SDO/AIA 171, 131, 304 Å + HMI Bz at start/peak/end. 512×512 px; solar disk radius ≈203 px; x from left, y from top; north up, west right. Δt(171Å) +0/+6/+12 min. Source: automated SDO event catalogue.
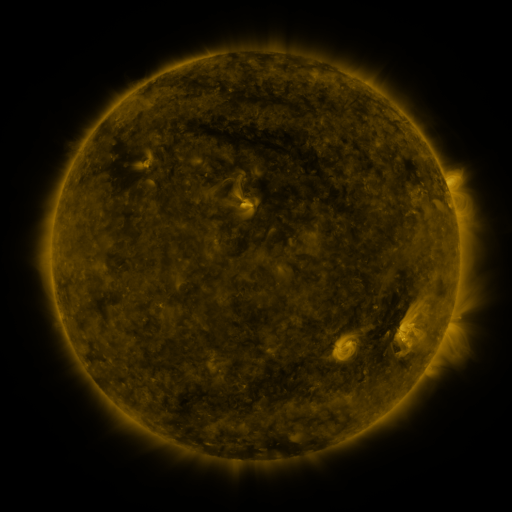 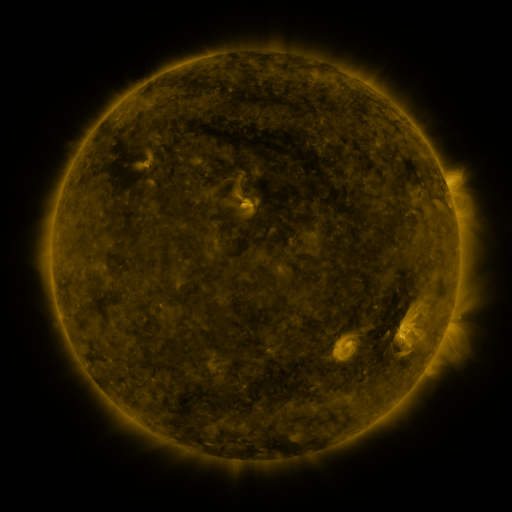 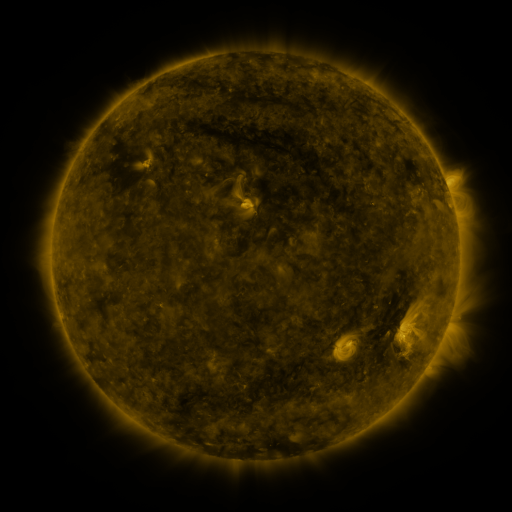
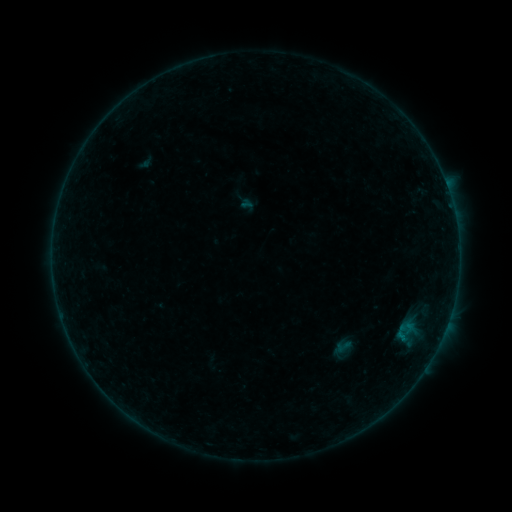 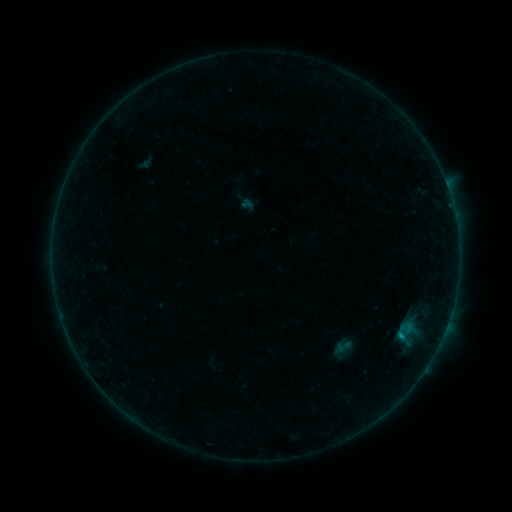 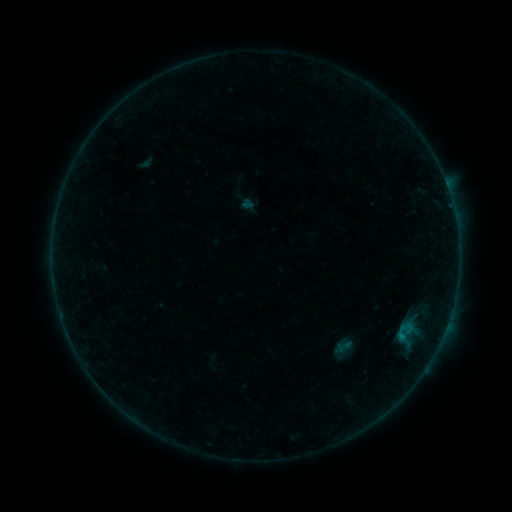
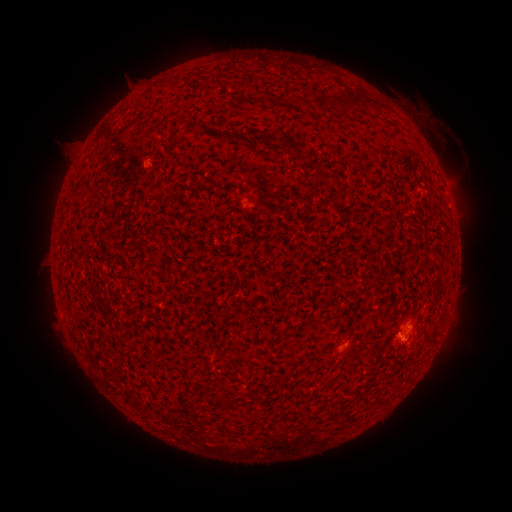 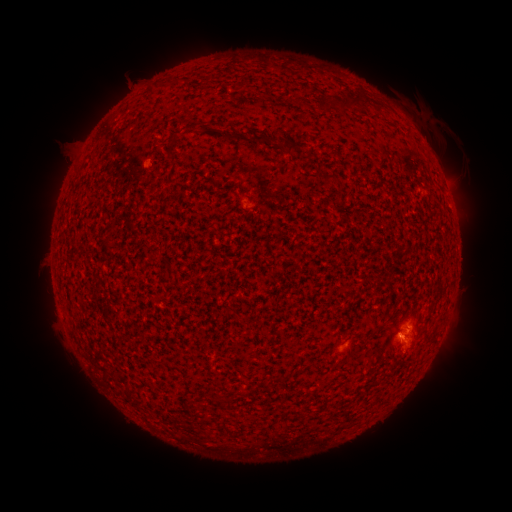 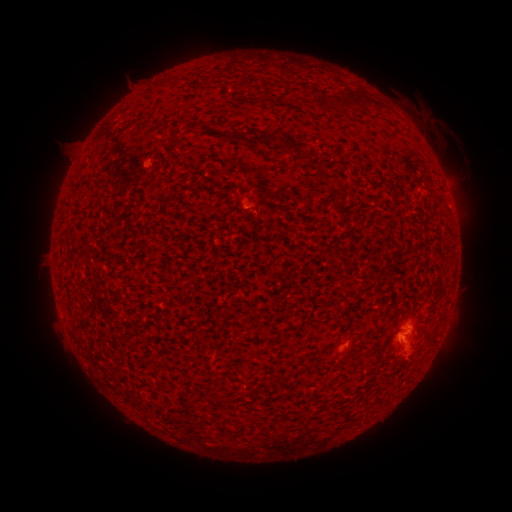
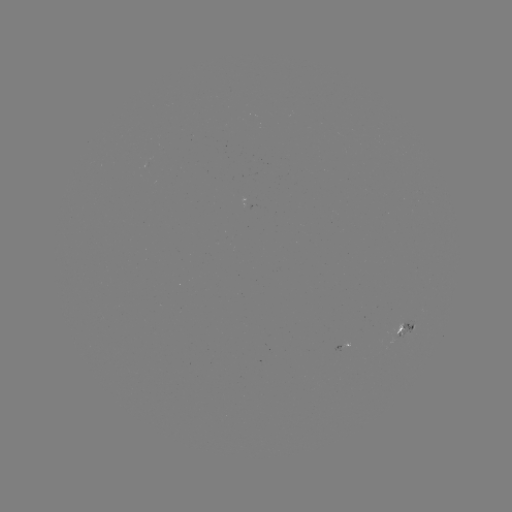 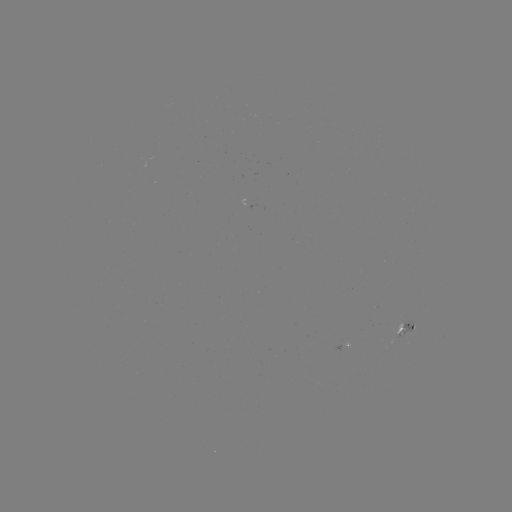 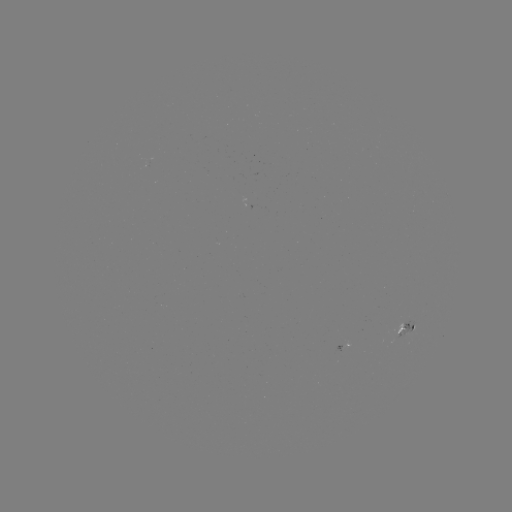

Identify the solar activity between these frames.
eruption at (402, 311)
